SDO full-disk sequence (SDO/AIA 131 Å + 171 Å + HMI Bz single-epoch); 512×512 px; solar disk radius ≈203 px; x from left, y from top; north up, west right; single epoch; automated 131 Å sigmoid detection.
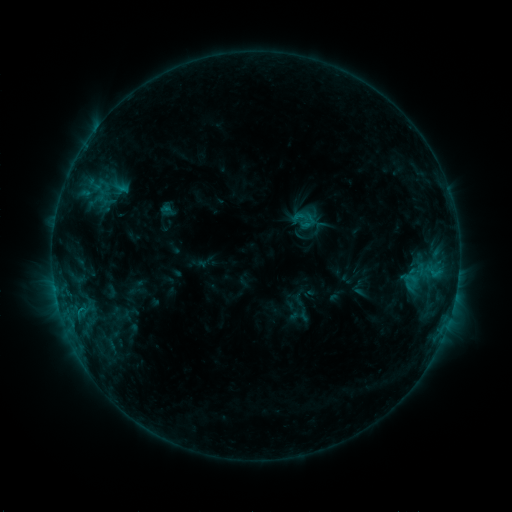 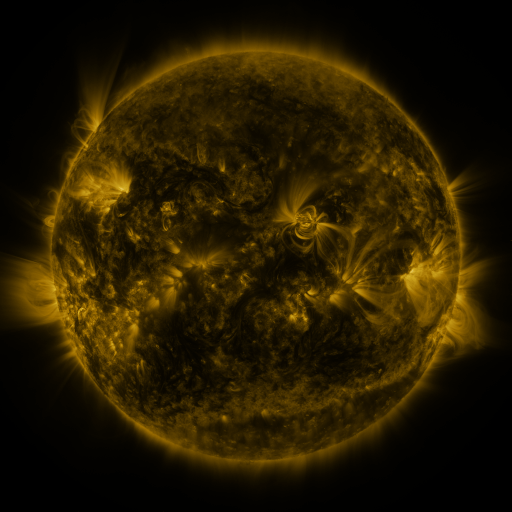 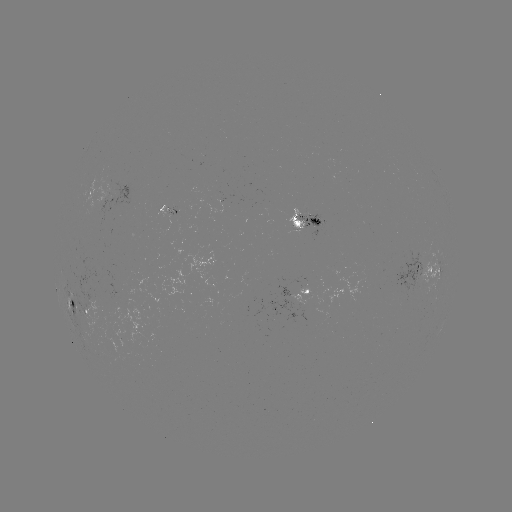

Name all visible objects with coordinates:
sigmoid: <bbox>291, 208, 310, 226</bbox>
